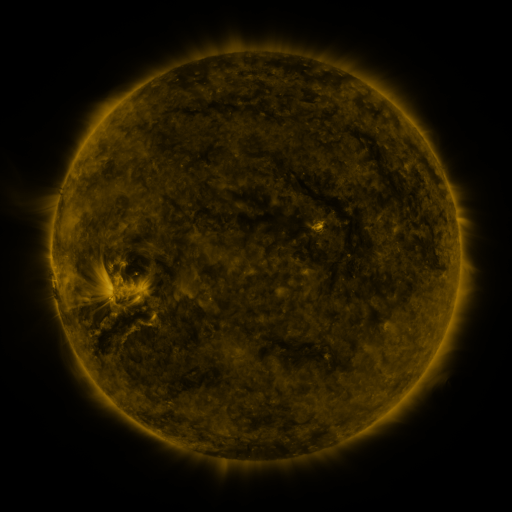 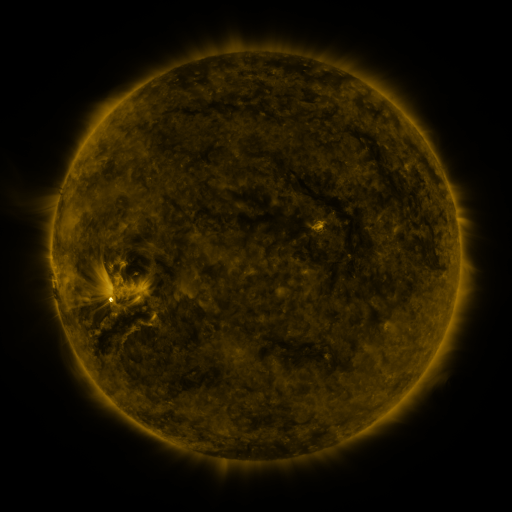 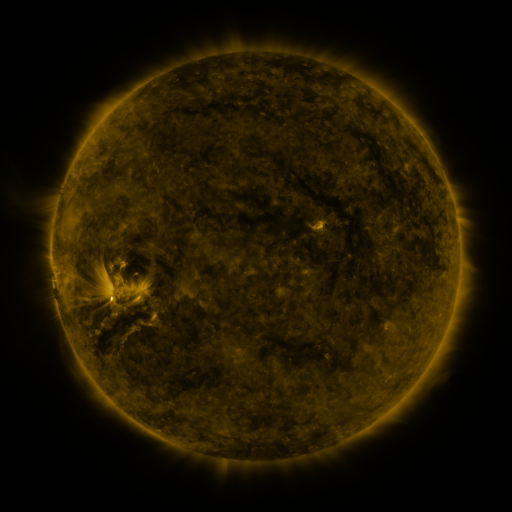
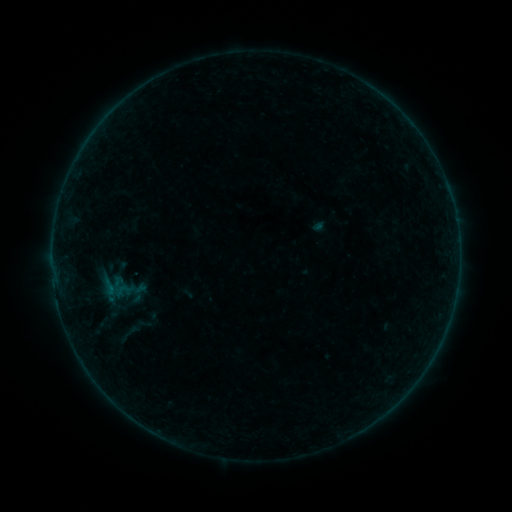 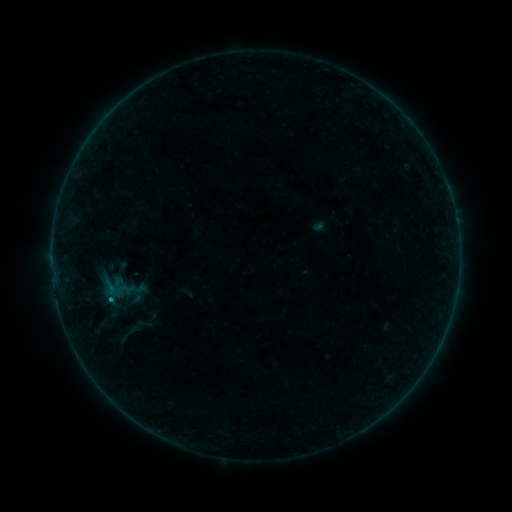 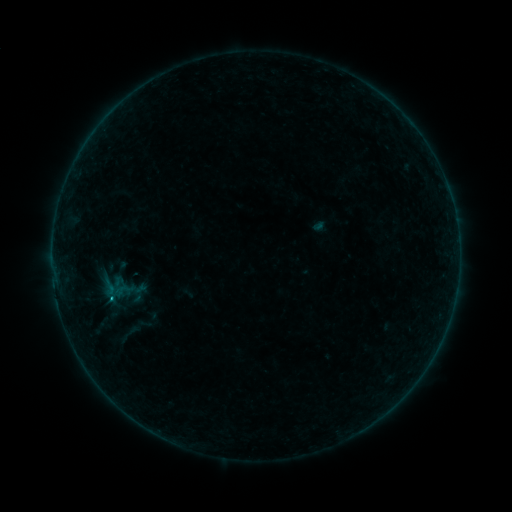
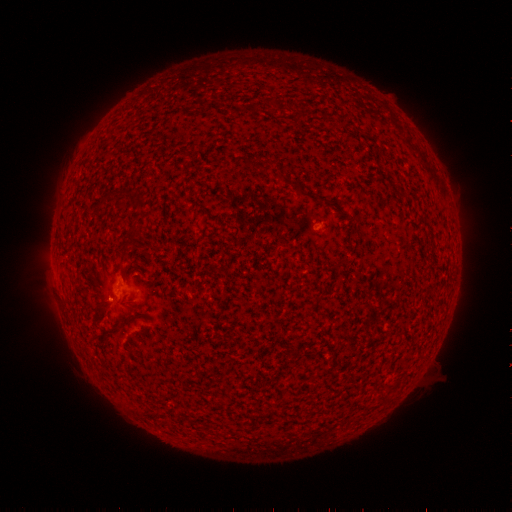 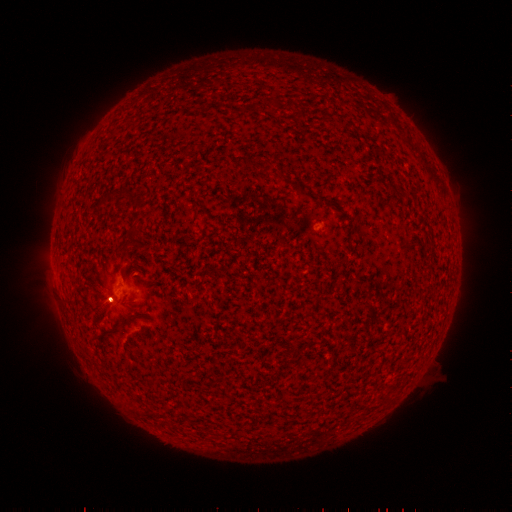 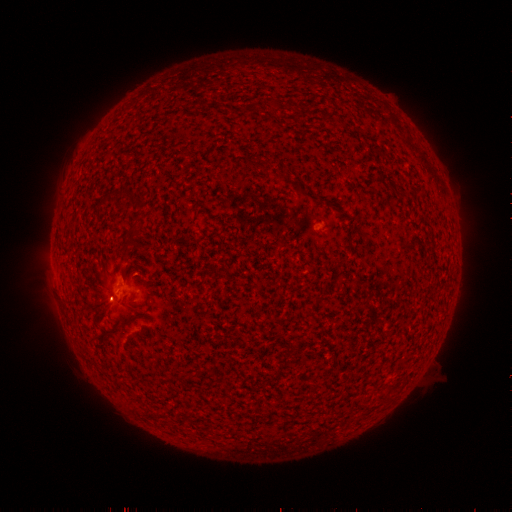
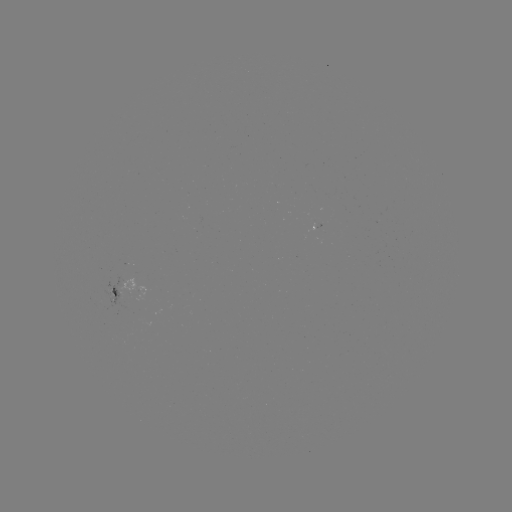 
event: eruption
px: (104, 304)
